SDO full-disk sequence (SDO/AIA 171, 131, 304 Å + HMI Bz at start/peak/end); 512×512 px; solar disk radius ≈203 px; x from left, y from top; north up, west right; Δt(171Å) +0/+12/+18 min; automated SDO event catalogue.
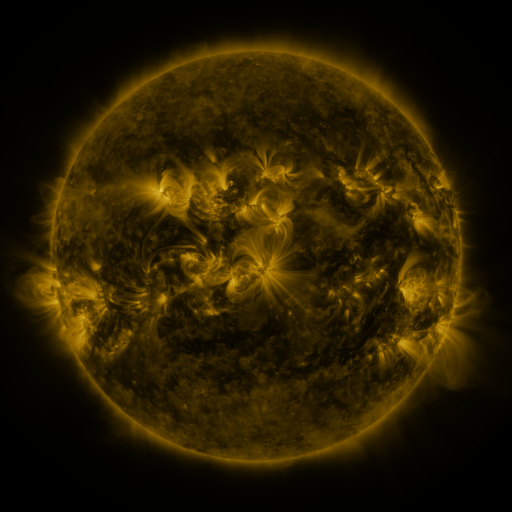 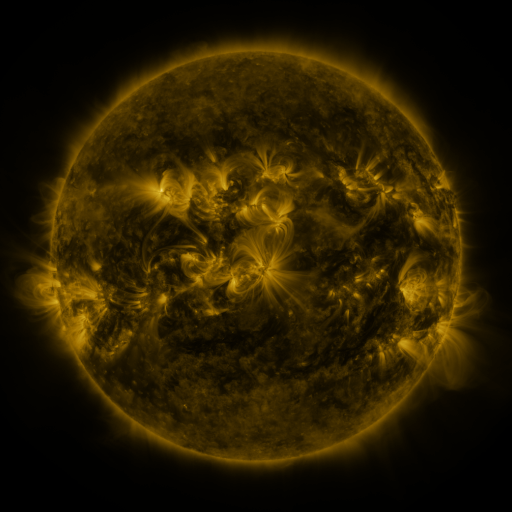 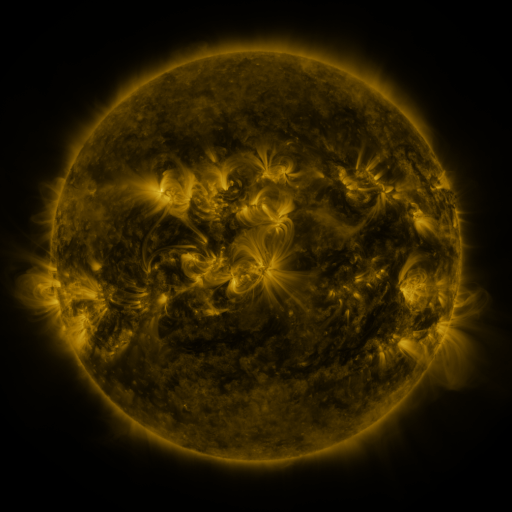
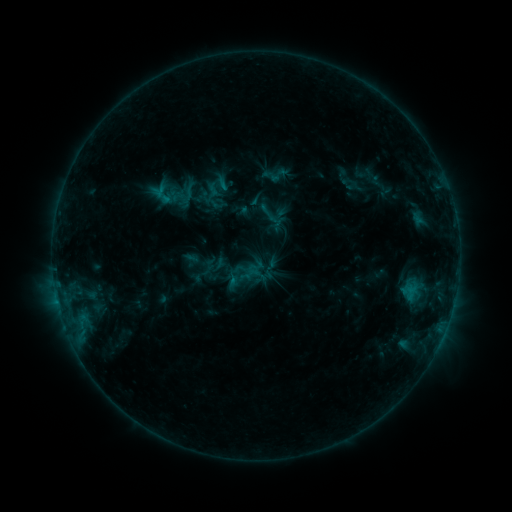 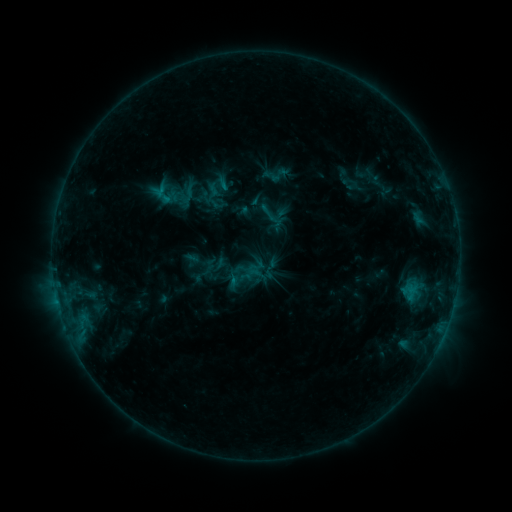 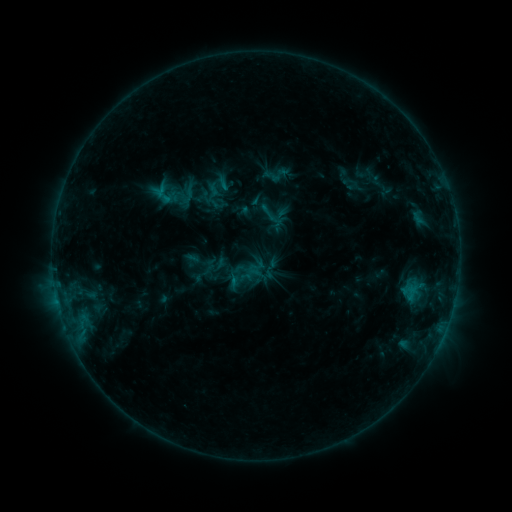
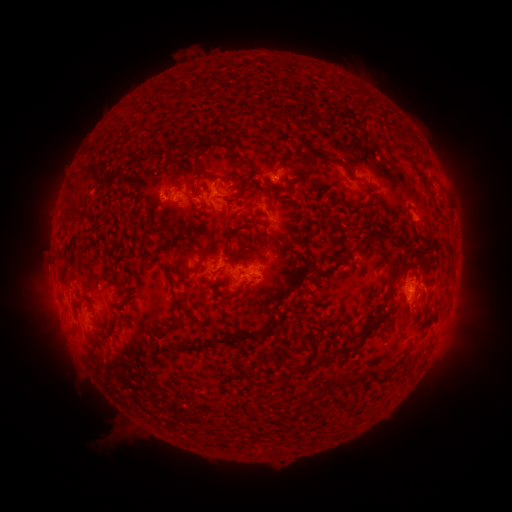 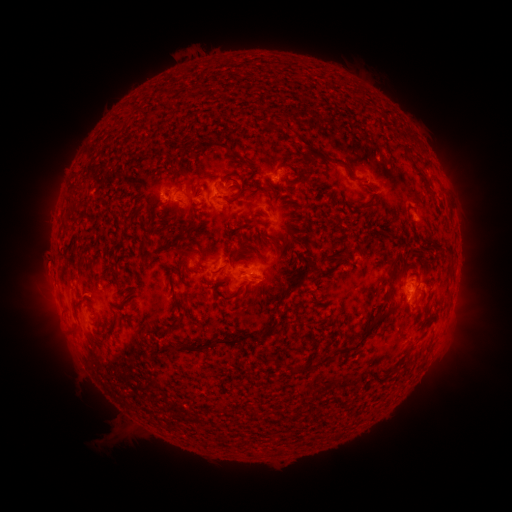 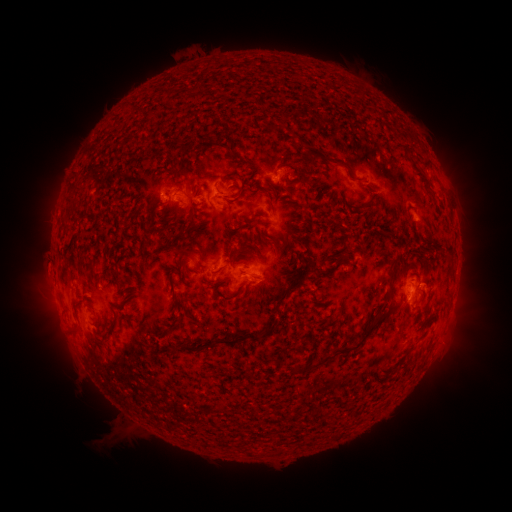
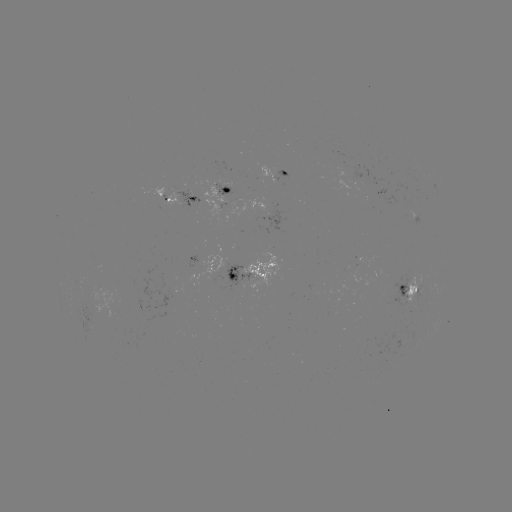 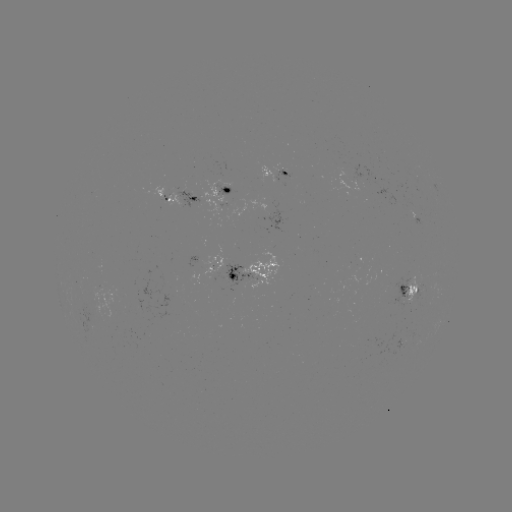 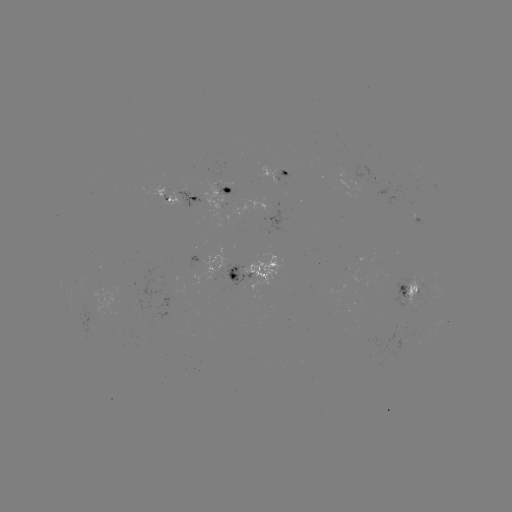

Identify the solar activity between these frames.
nothing was catalogued: no classed flare, no EUV trigger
